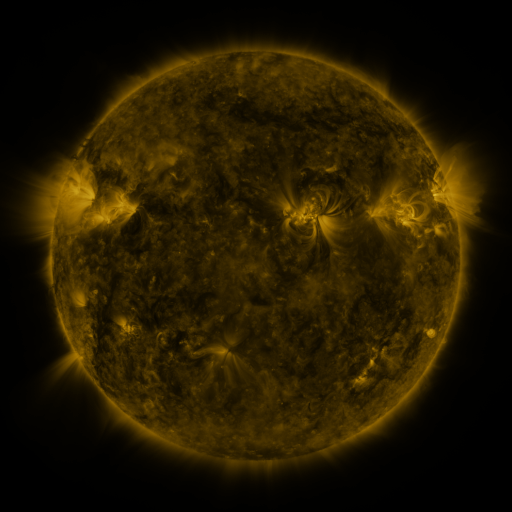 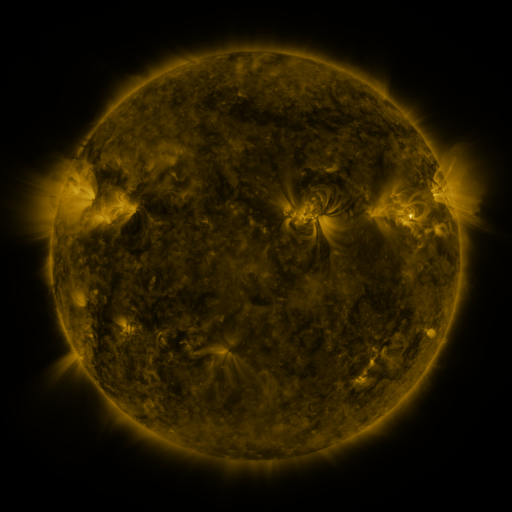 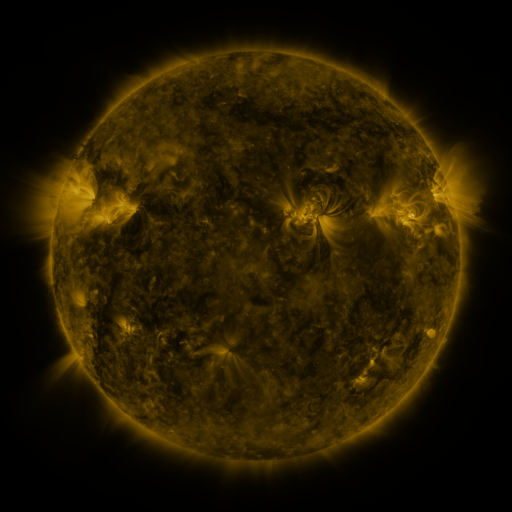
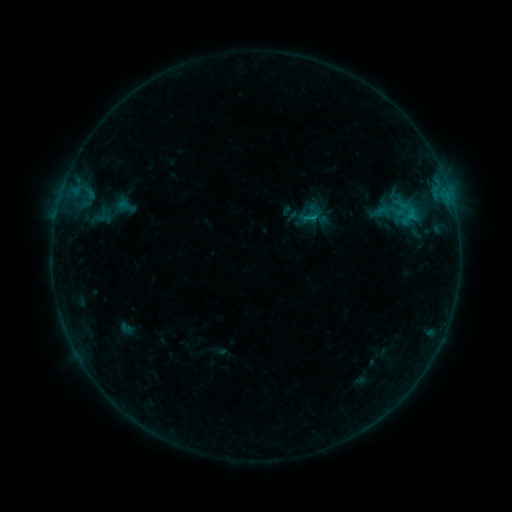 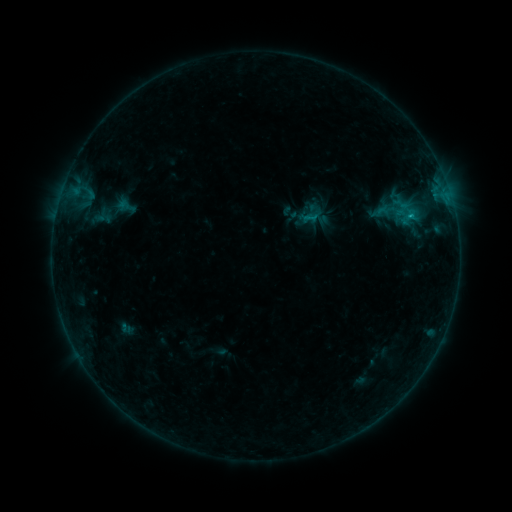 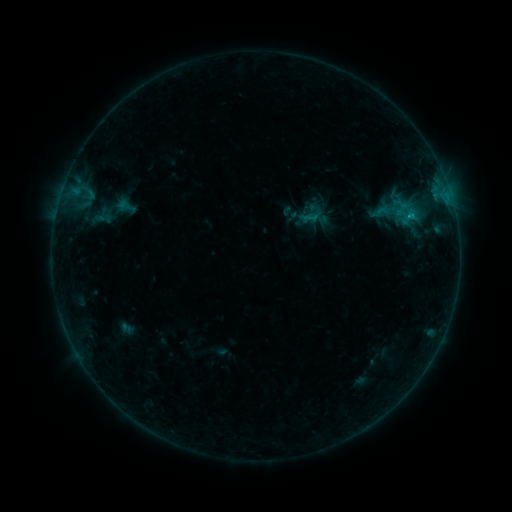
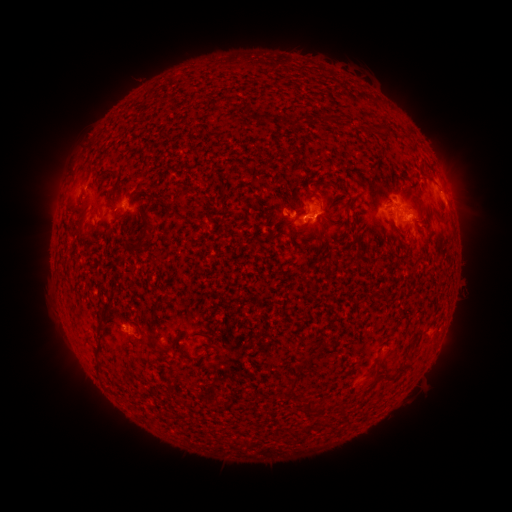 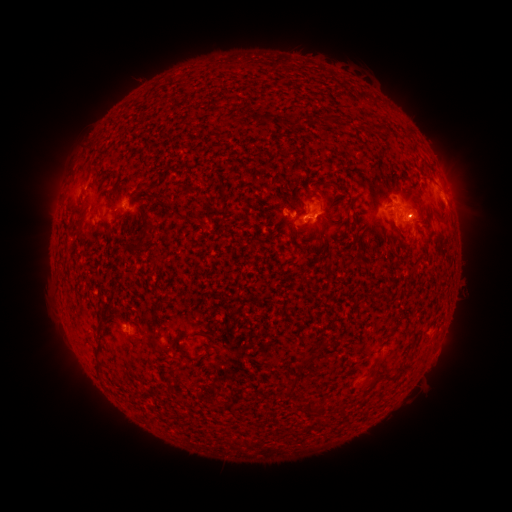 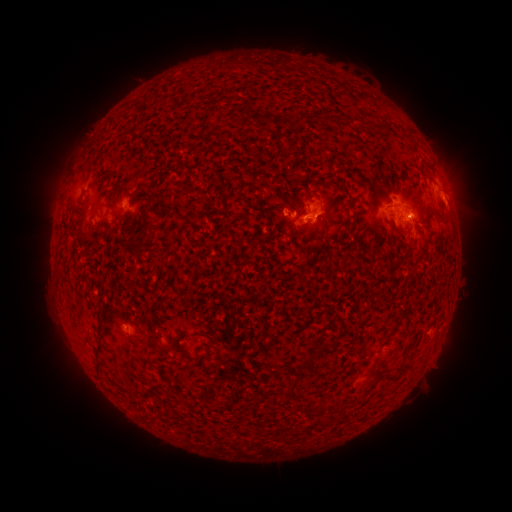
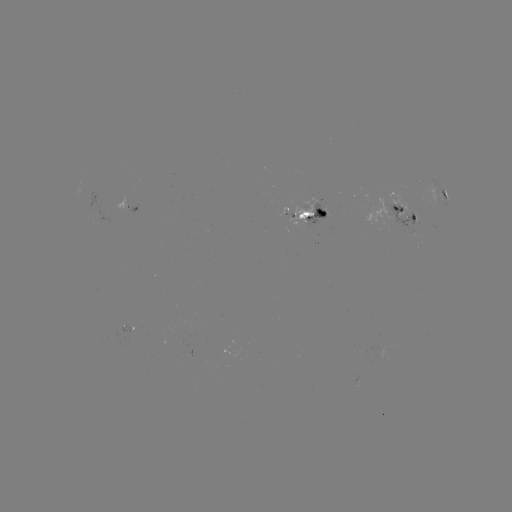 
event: flare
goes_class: B9.6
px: (411, 216)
